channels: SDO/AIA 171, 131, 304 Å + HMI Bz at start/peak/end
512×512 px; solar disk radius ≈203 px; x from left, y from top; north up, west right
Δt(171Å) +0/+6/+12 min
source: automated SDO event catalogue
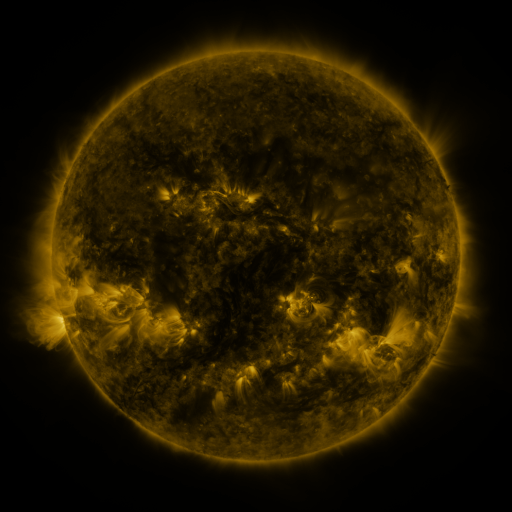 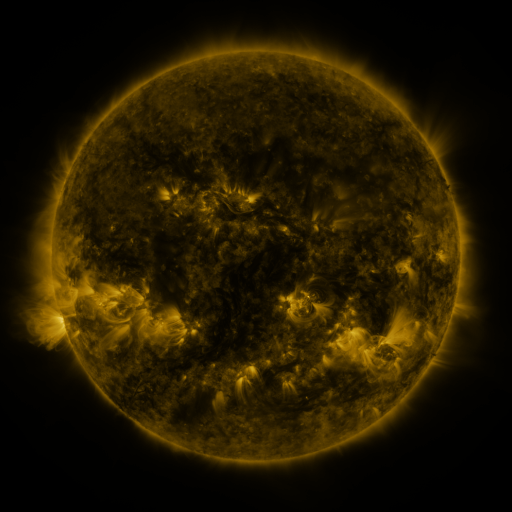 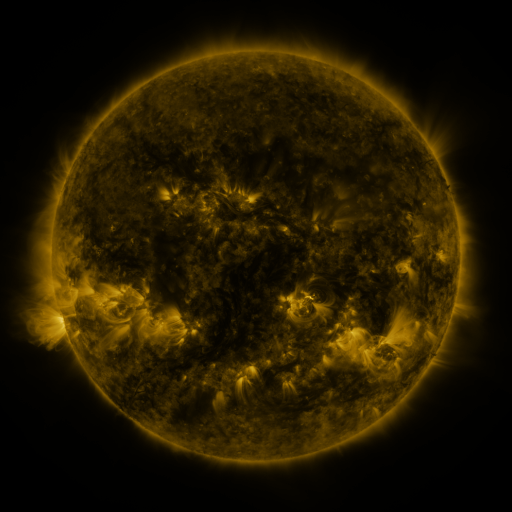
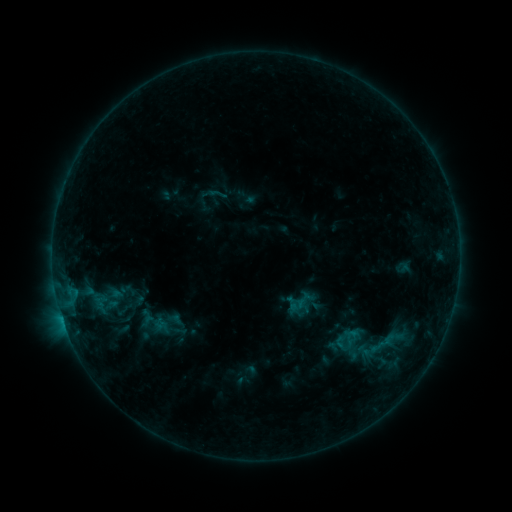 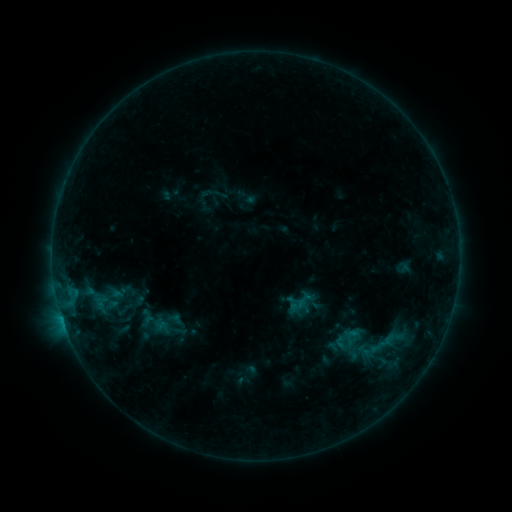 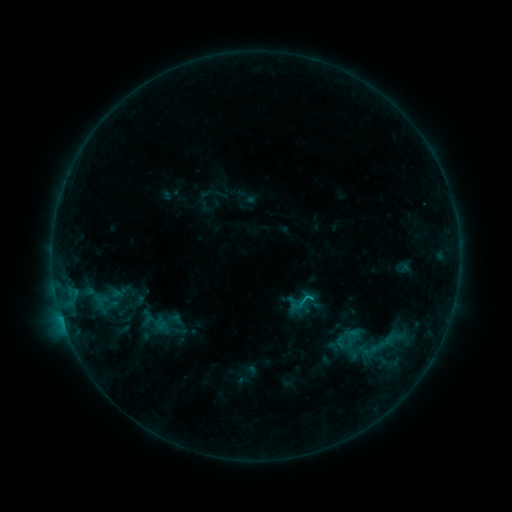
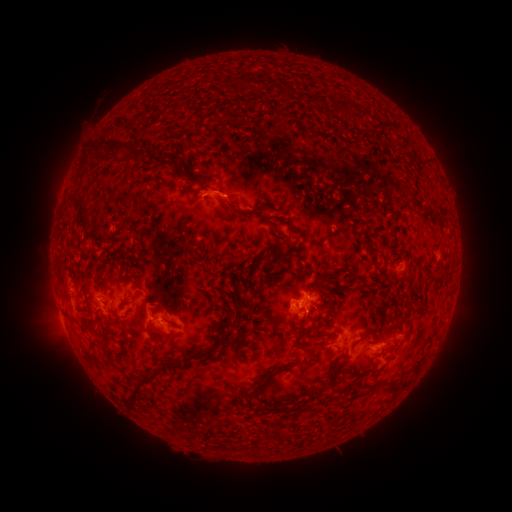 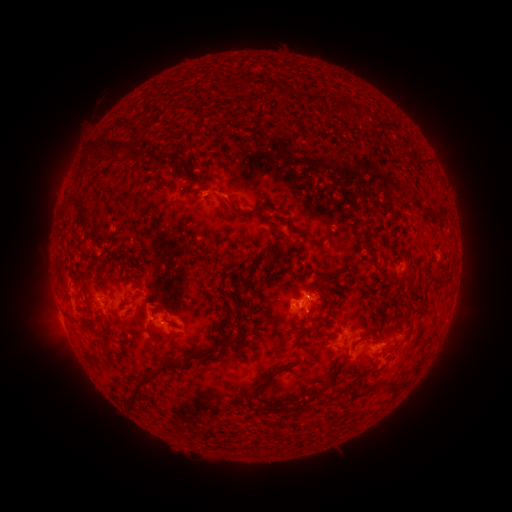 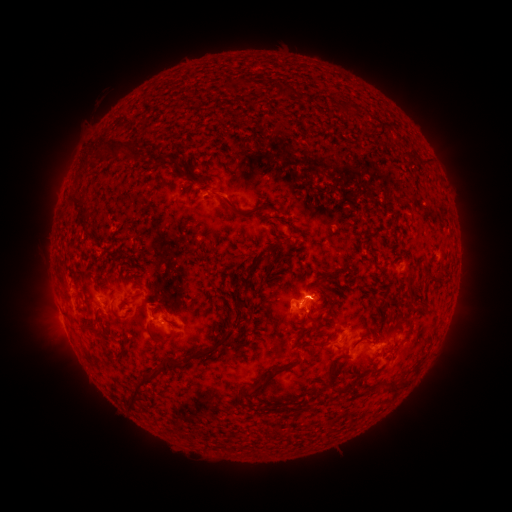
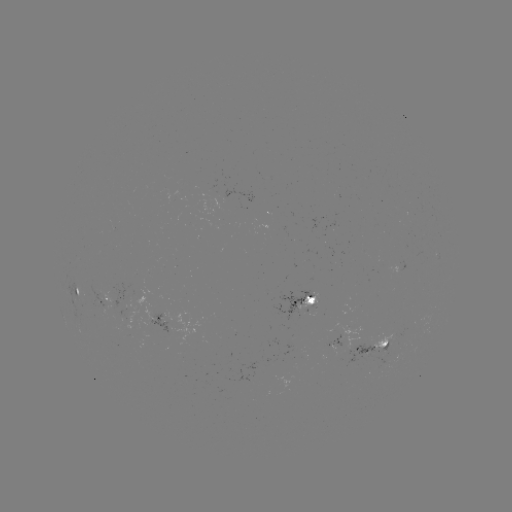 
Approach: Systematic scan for B9.0 flare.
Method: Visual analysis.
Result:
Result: B9.0 flare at [305, 296].